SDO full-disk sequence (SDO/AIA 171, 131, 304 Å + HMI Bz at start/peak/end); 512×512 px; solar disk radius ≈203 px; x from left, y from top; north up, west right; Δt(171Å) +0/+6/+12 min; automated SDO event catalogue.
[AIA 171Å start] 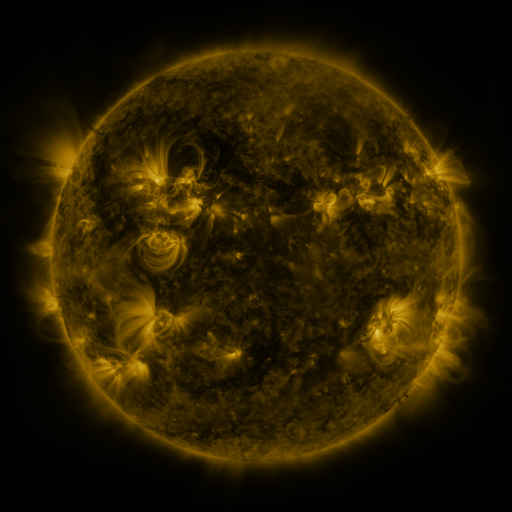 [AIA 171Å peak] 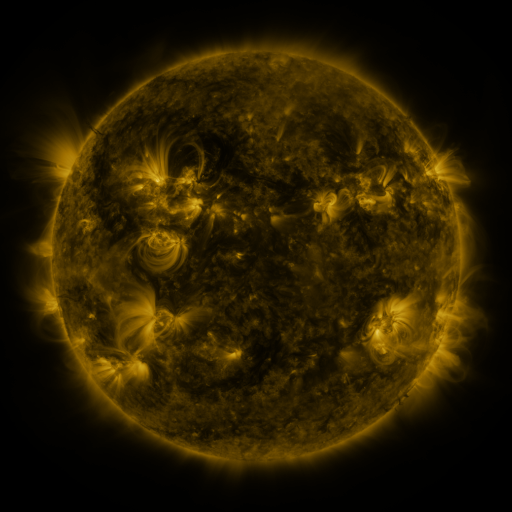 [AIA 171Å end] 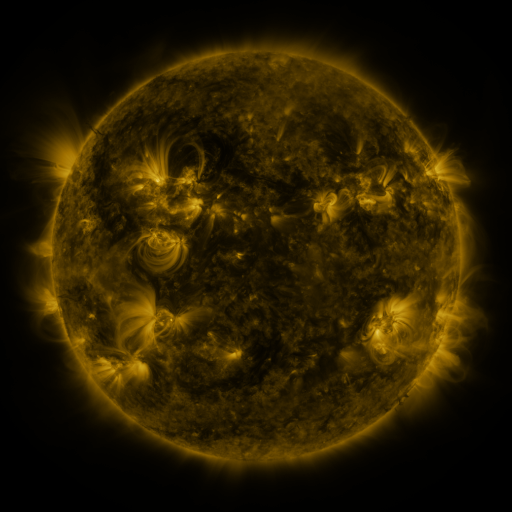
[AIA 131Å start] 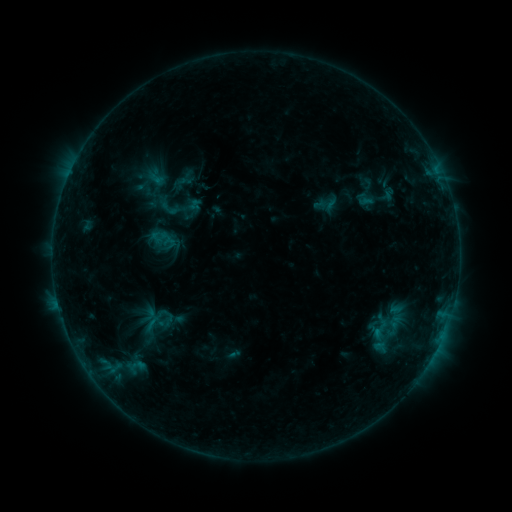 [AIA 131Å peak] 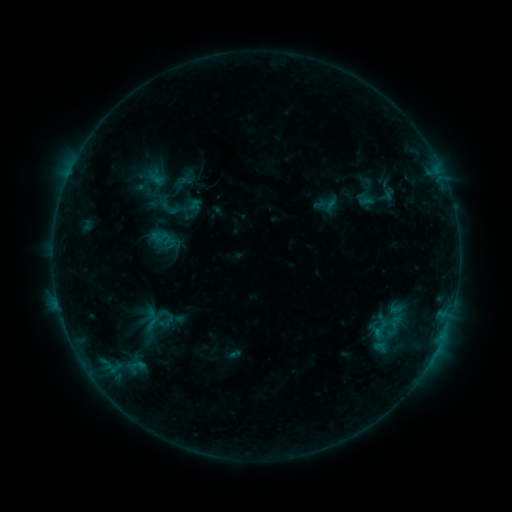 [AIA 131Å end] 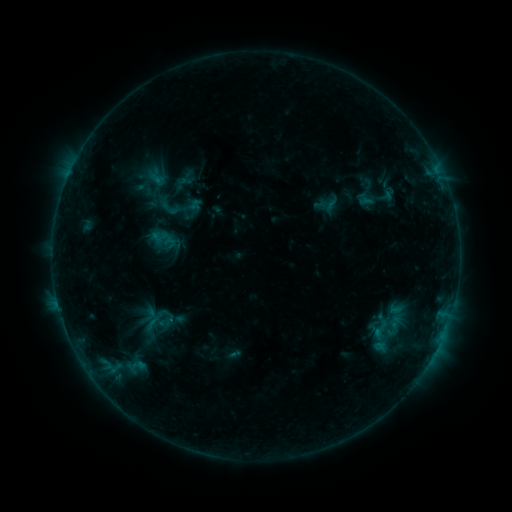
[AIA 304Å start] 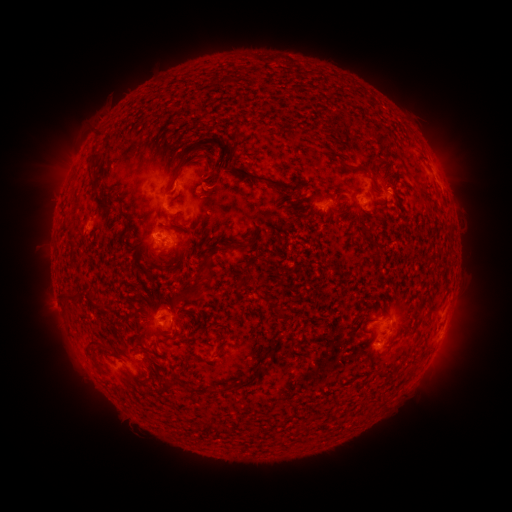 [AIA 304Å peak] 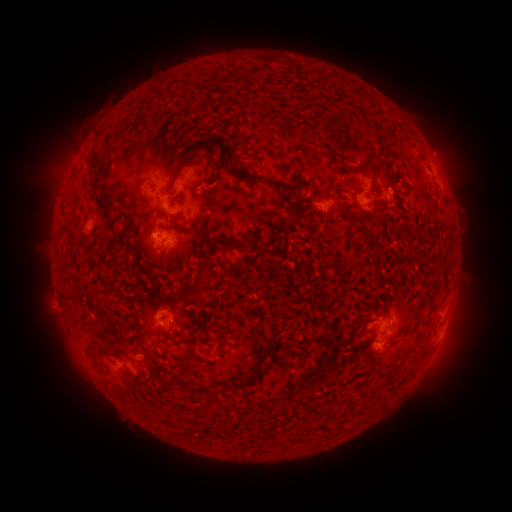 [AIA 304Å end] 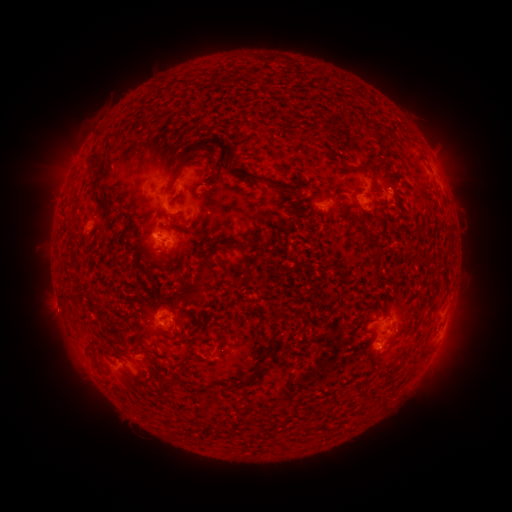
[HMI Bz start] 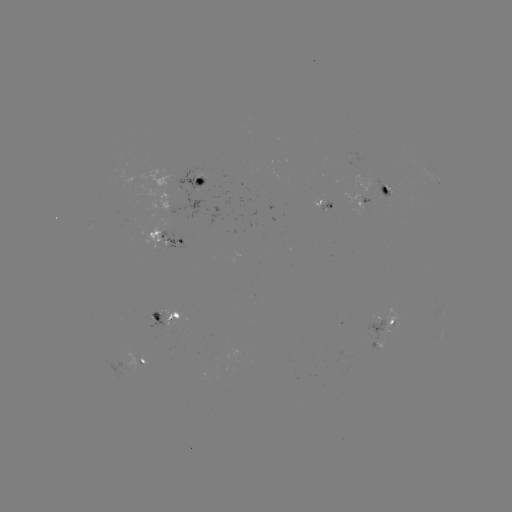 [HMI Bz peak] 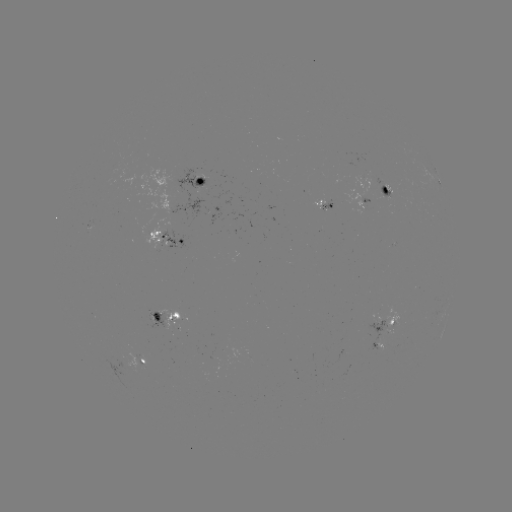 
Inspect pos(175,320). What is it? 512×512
B6.8 flare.